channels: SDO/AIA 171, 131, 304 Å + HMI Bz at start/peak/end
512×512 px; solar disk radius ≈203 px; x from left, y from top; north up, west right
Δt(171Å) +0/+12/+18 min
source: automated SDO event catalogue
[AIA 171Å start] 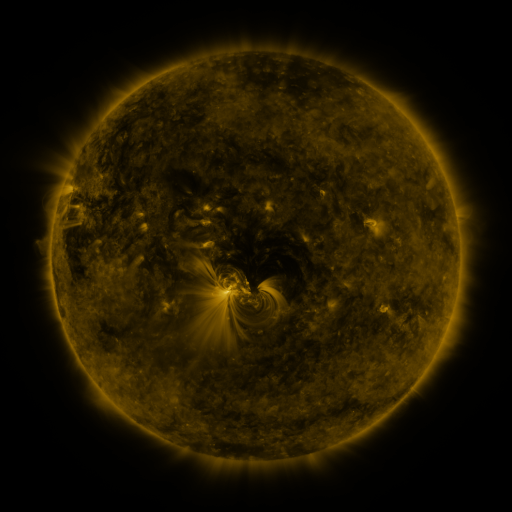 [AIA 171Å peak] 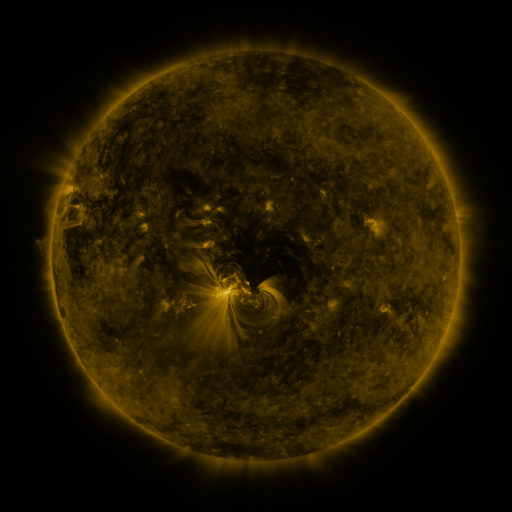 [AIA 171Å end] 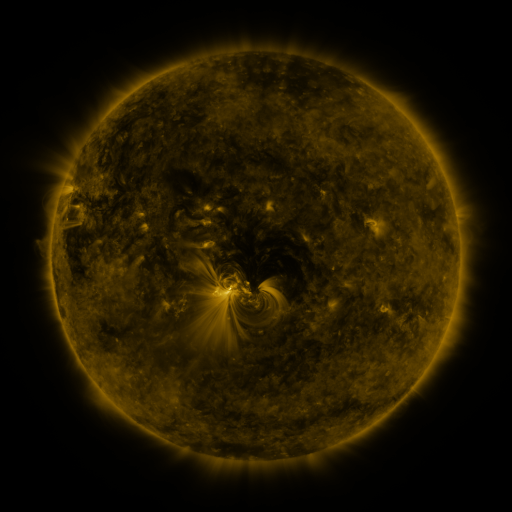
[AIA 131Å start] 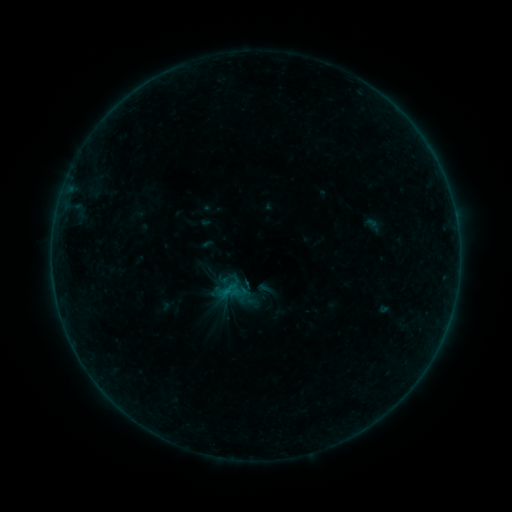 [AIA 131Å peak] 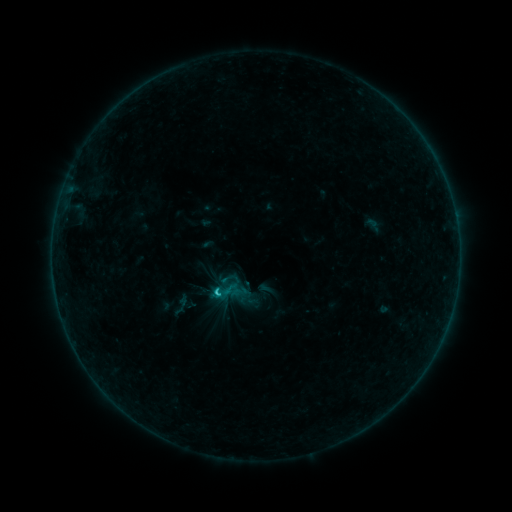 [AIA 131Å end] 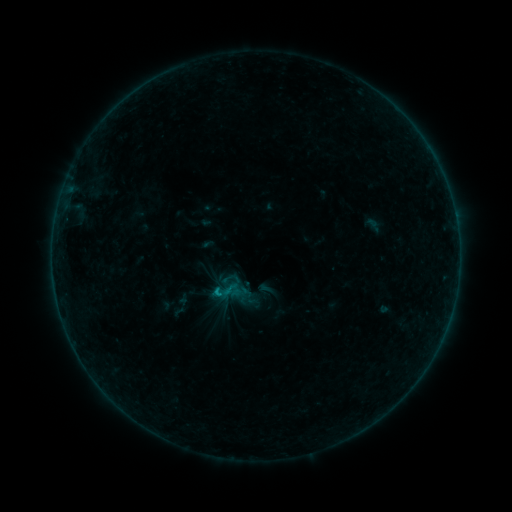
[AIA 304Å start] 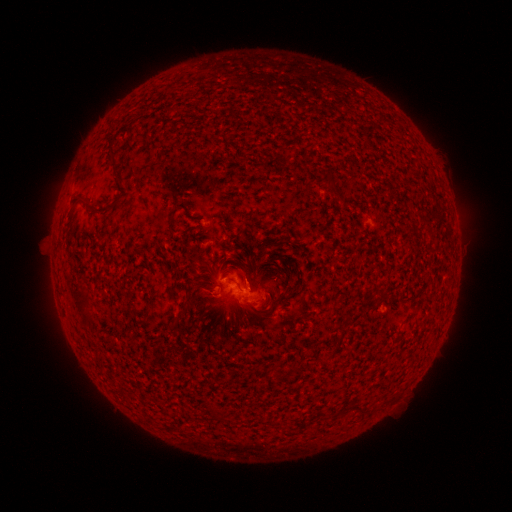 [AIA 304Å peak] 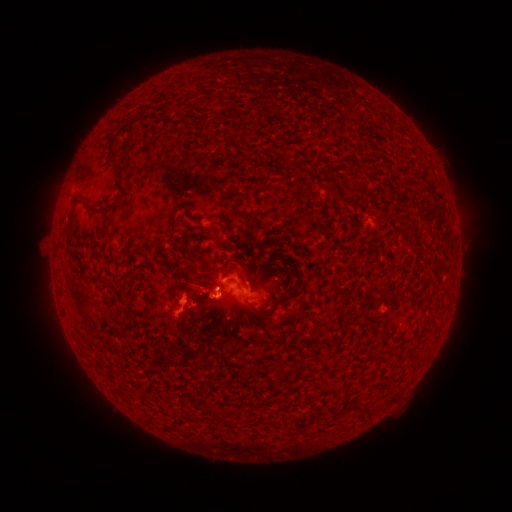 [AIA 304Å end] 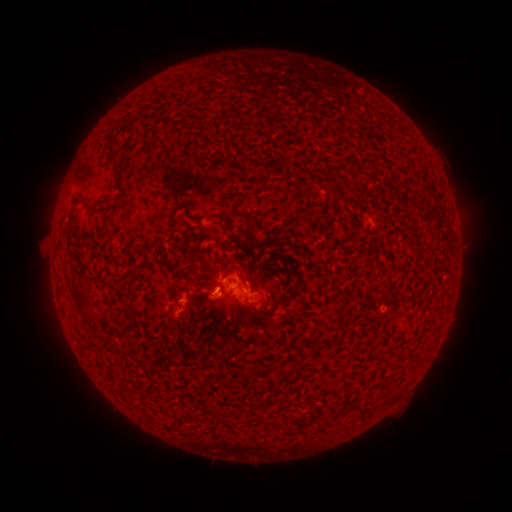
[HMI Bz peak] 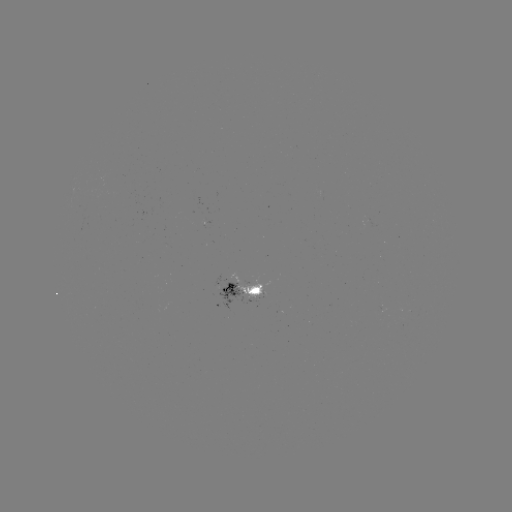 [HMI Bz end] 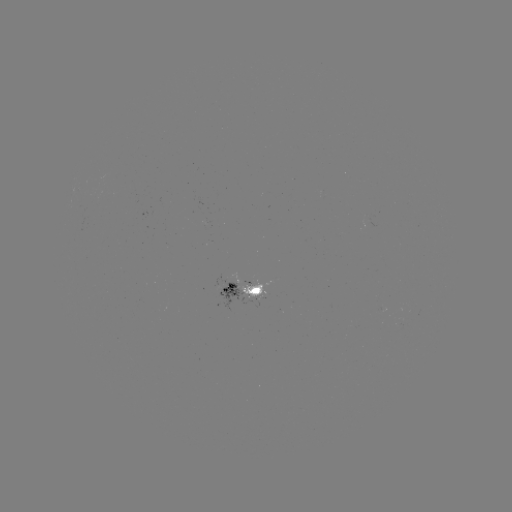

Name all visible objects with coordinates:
B8.5 flare: (217, 291)
